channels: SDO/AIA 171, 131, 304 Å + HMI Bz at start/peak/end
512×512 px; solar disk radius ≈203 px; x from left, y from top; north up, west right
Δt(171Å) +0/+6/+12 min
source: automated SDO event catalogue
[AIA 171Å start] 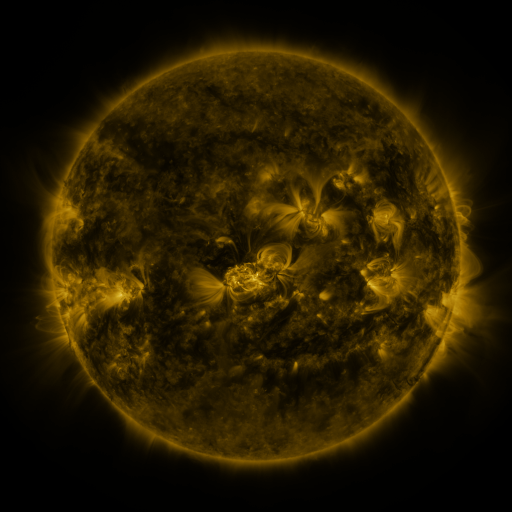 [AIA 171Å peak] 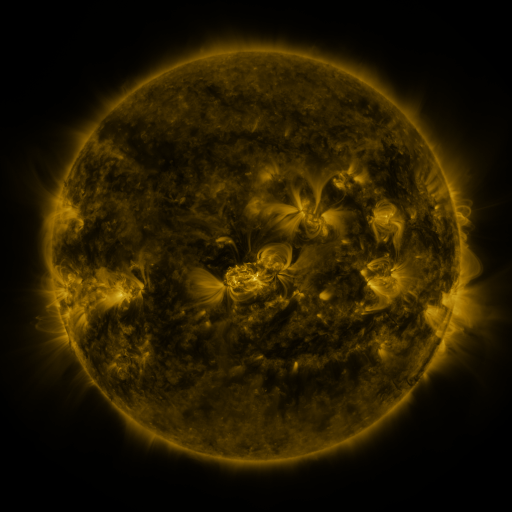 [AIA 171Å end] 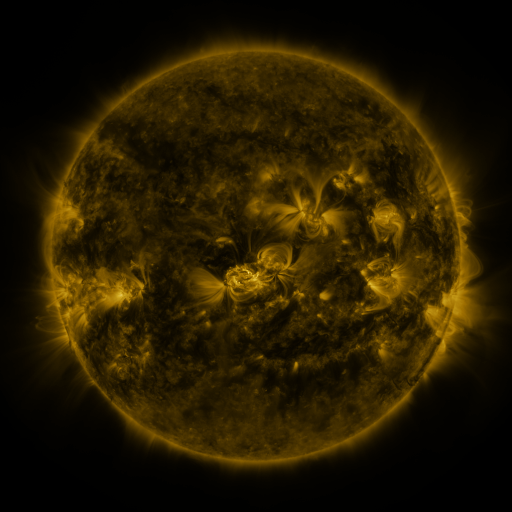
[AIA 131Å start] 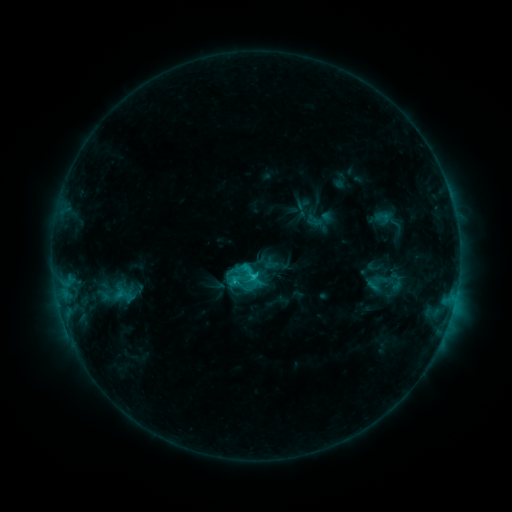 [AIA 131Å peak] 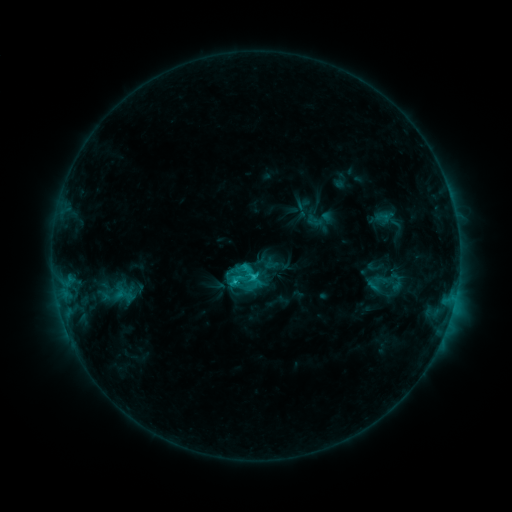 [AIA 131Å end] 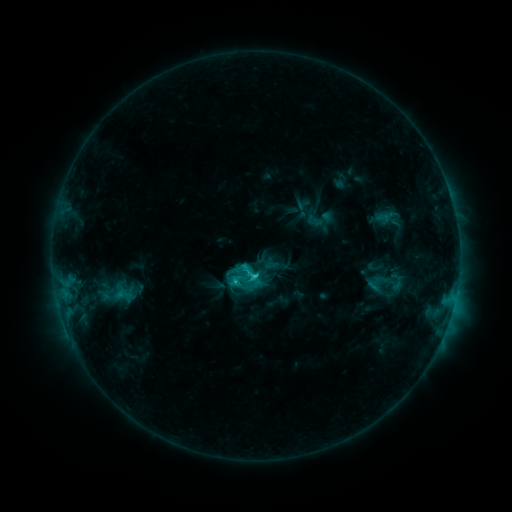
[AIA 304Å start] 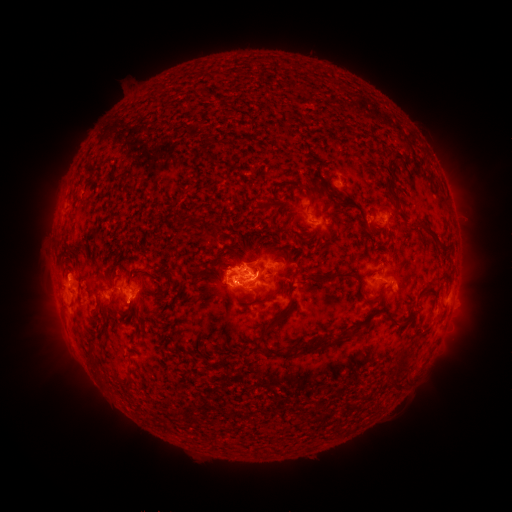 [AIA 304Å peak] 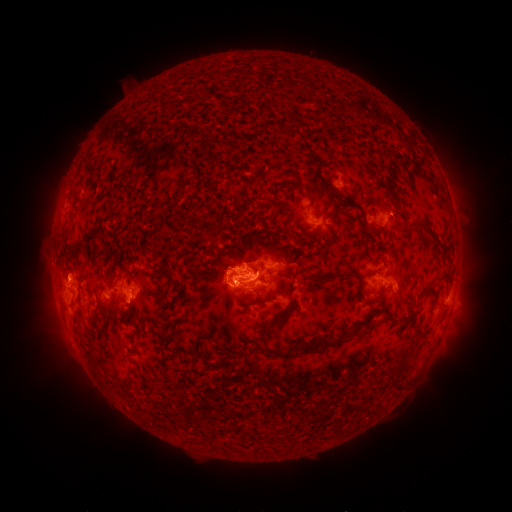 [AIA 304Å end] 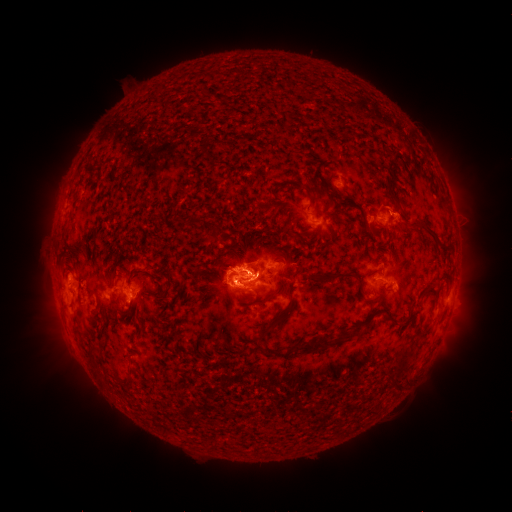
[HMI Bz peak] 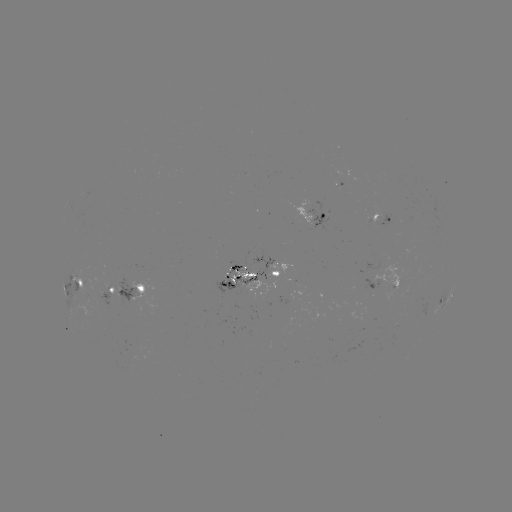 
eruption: (371, 180, 423, 257)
